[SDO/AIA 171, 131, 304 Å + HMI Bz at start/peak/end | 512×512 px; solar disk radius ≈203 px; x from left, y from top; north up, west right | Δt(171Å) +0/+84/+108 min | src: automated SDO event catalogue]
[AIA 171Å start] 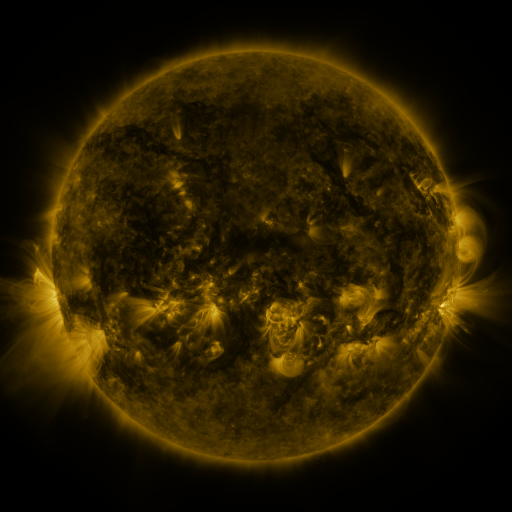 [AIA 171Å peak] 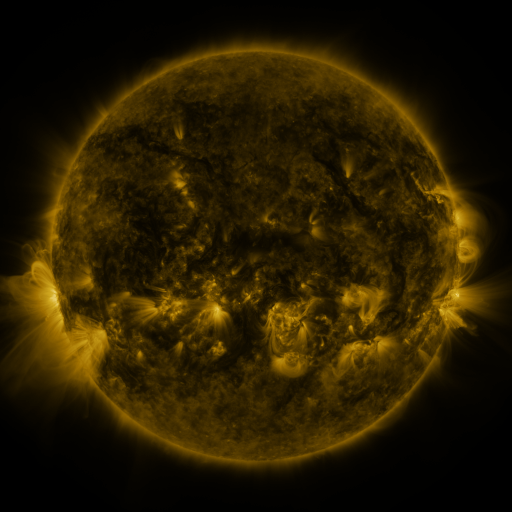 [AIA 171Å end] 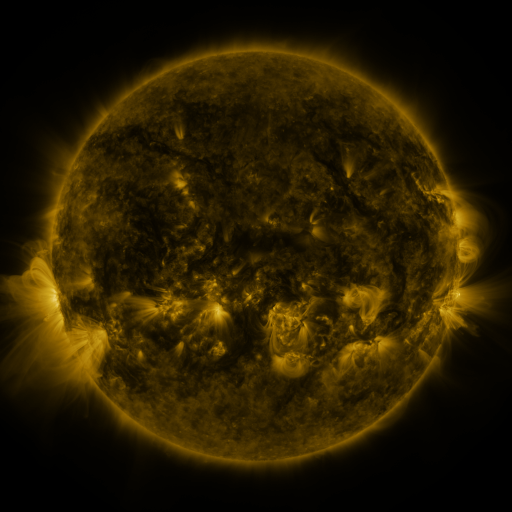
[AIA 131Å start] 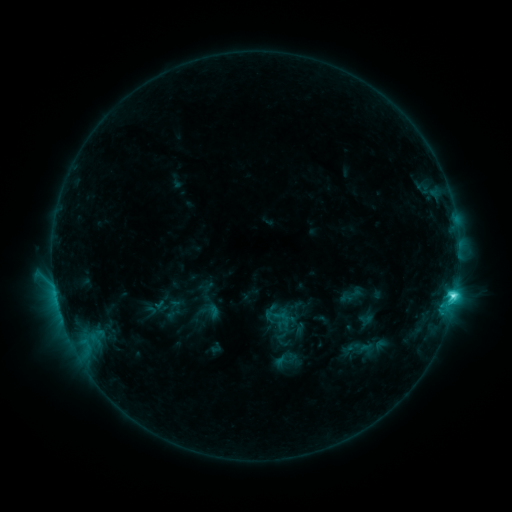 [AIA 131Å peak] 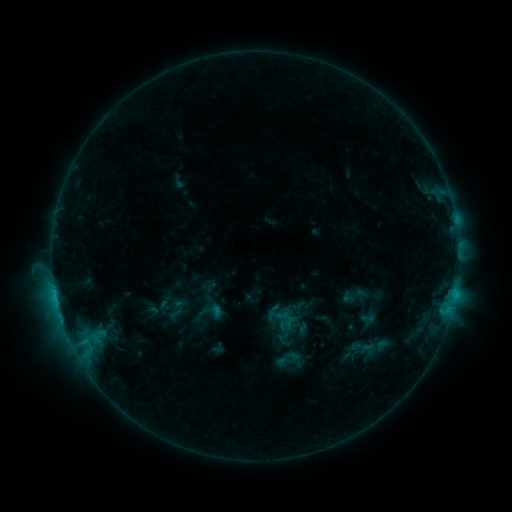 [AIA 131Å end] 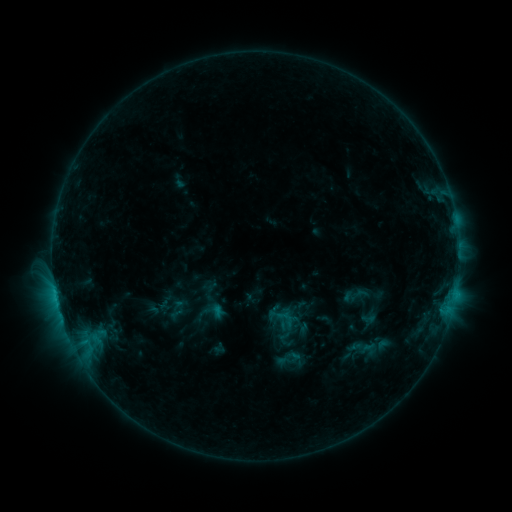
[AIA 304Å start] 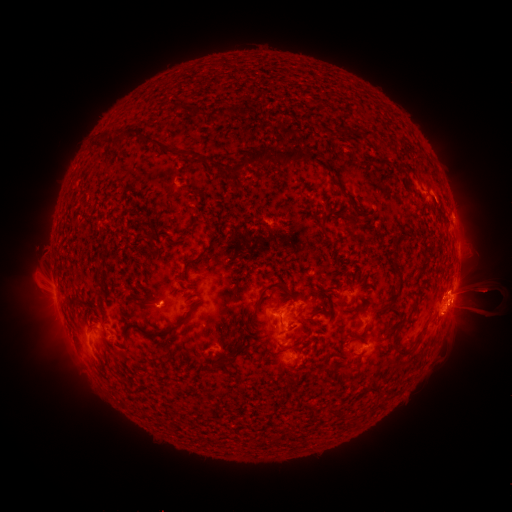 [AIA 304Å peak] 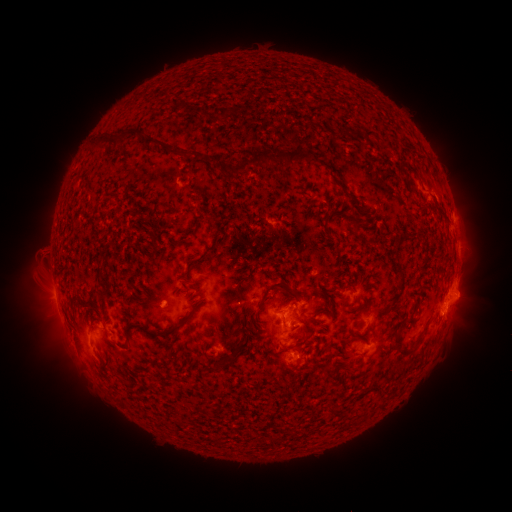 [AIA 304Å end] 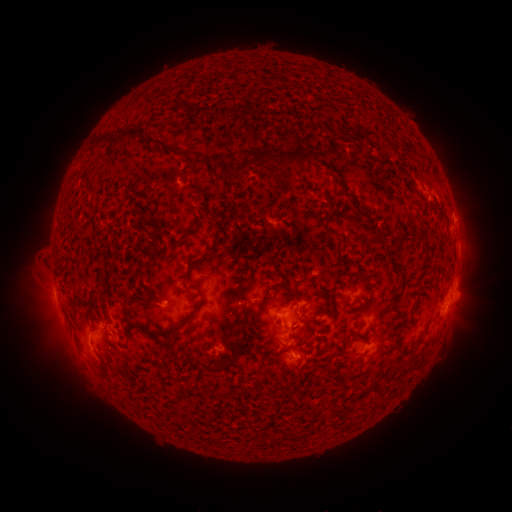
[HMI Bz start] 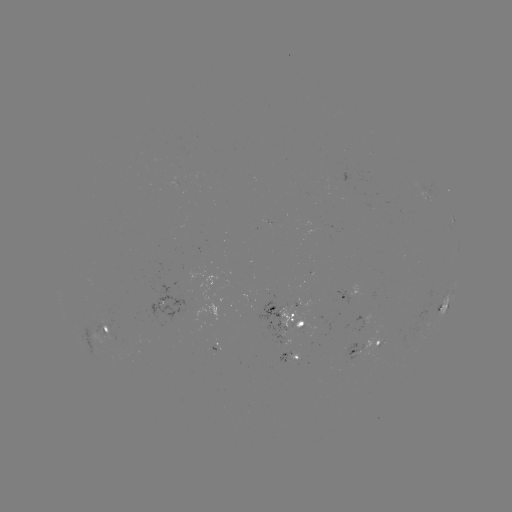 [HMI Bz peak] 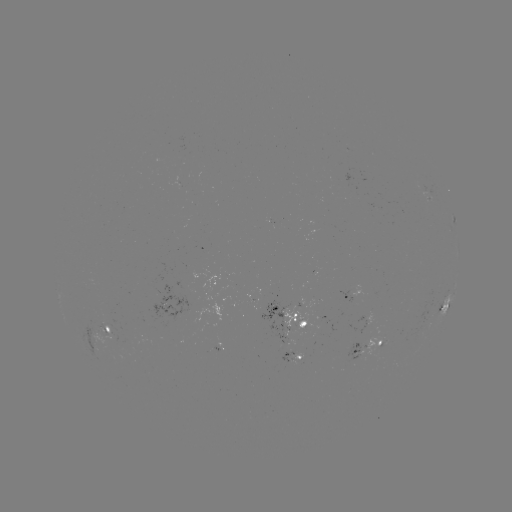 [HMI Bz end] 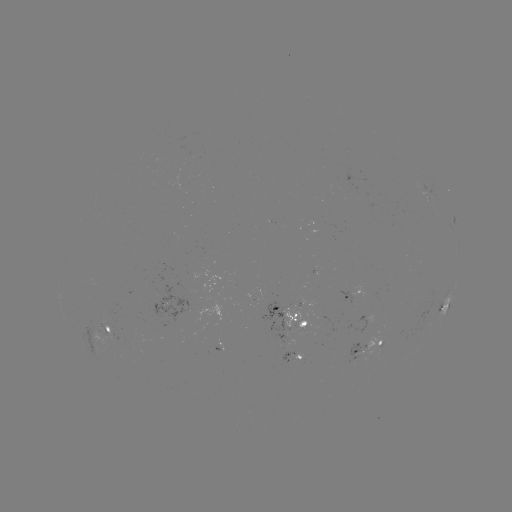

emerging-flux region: <bbox>91, 323, 116, 341</bbox>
